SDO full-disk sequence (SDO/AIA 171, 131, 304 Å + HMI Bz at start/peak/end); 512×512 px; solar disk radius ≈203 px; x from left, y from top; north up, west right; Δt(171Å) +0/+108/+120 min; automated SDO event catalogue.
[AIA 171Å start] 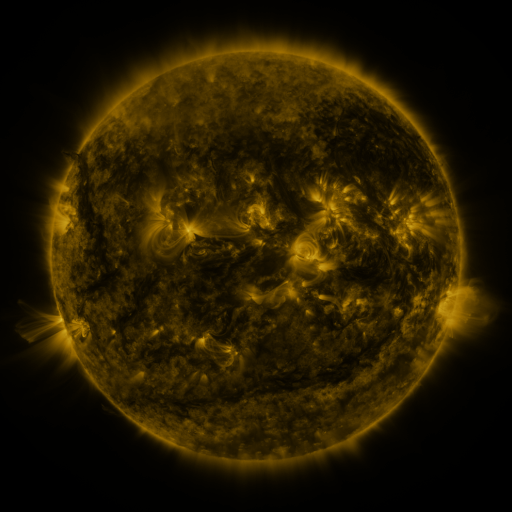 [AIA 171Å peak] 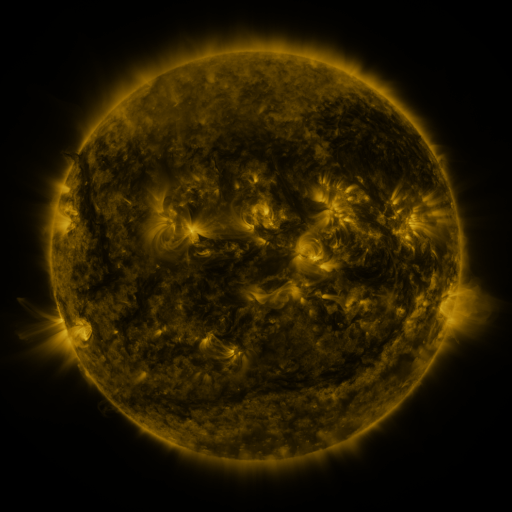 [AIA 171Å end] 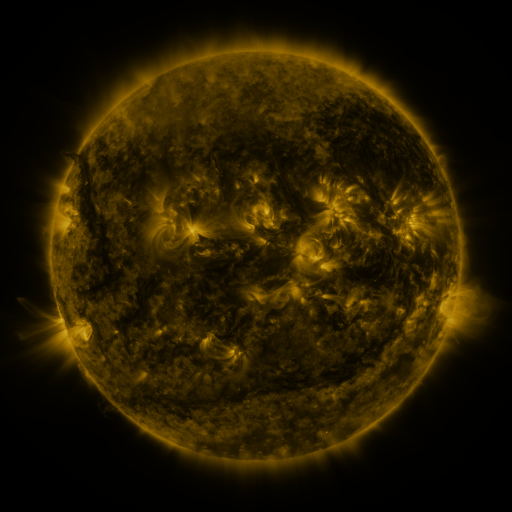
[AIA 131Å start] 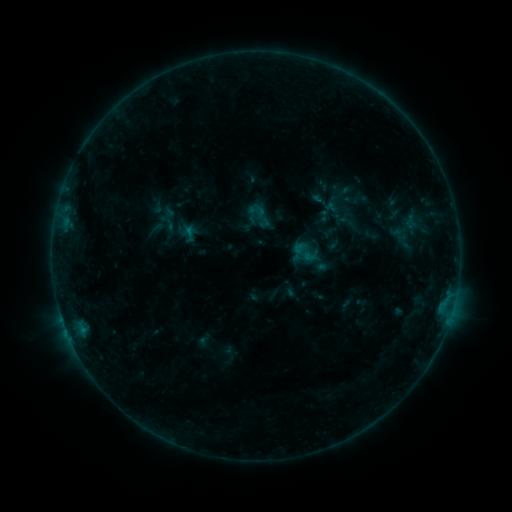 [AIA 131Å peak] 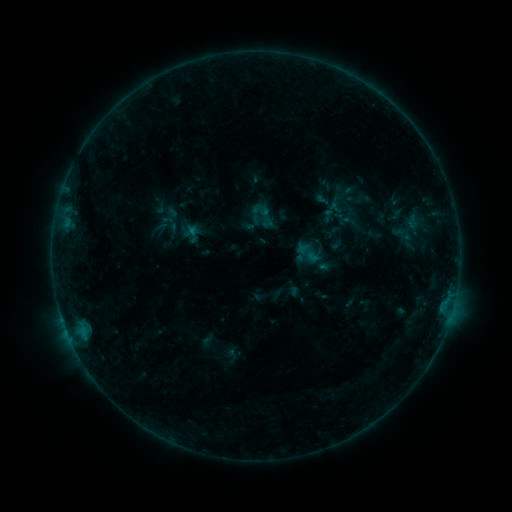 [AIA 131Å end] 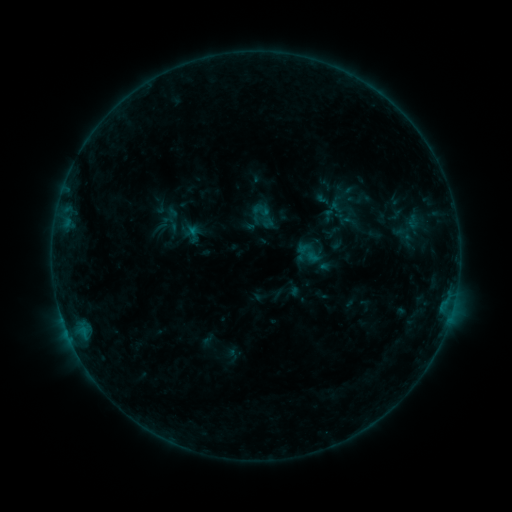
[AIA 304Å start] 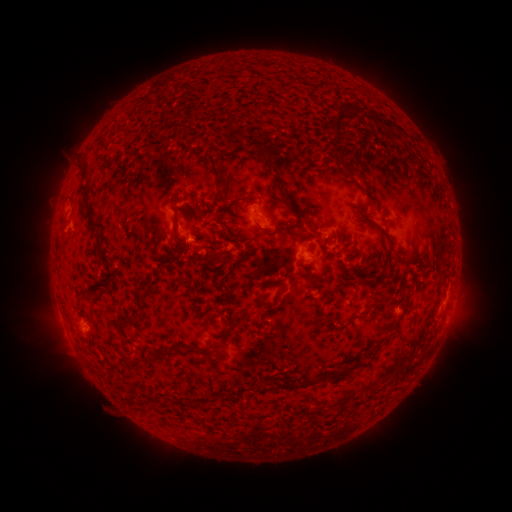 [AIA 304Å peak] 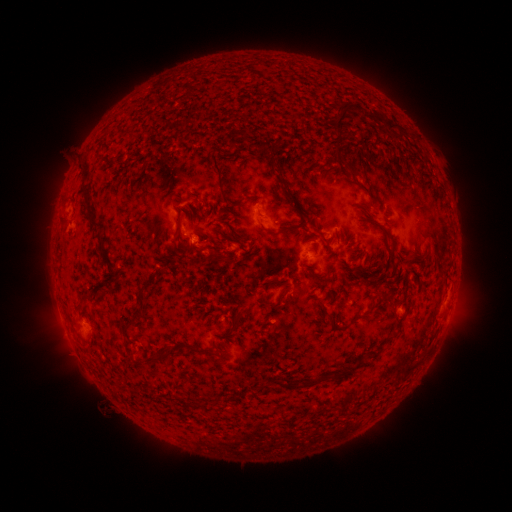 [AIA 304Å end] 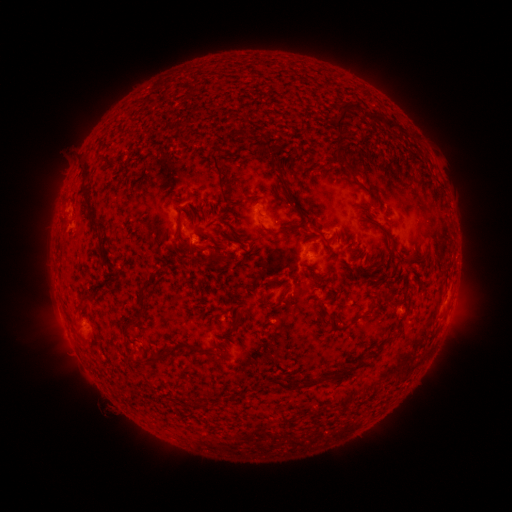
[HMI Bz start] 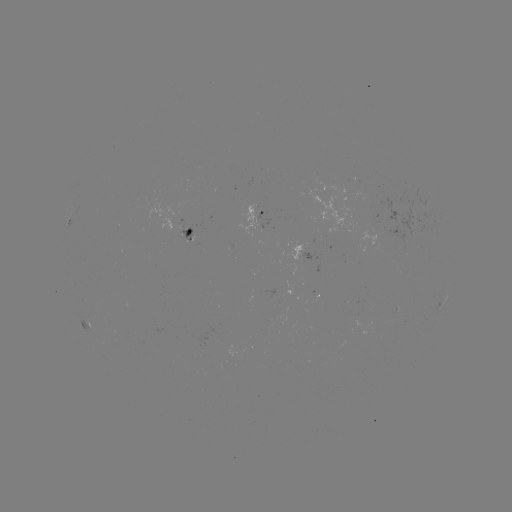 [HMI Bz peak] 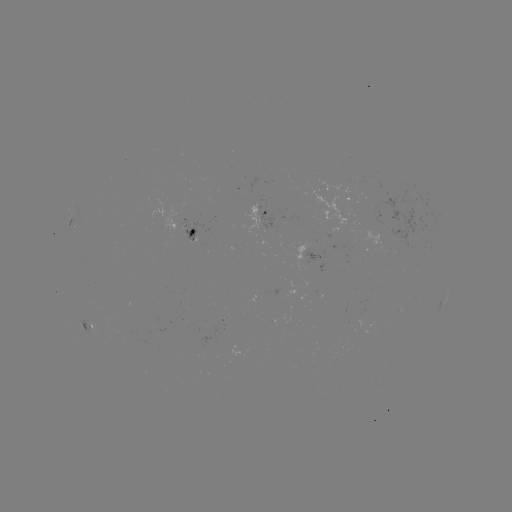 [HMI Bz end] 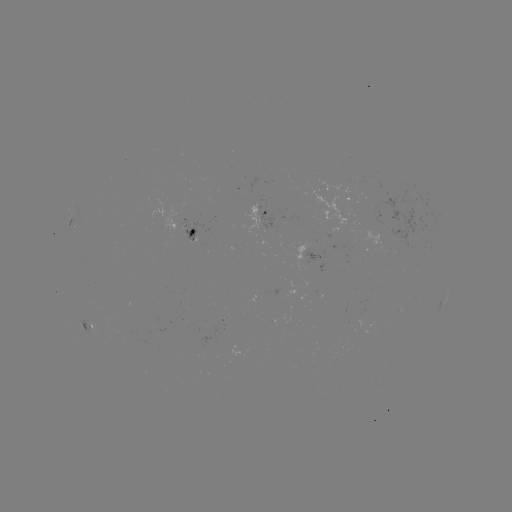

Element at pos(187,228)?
emerging-flux region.